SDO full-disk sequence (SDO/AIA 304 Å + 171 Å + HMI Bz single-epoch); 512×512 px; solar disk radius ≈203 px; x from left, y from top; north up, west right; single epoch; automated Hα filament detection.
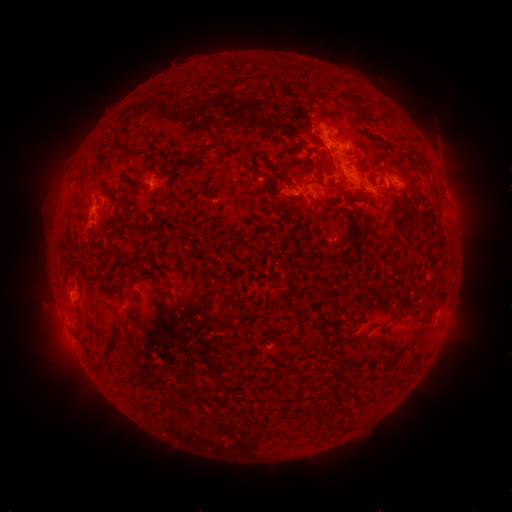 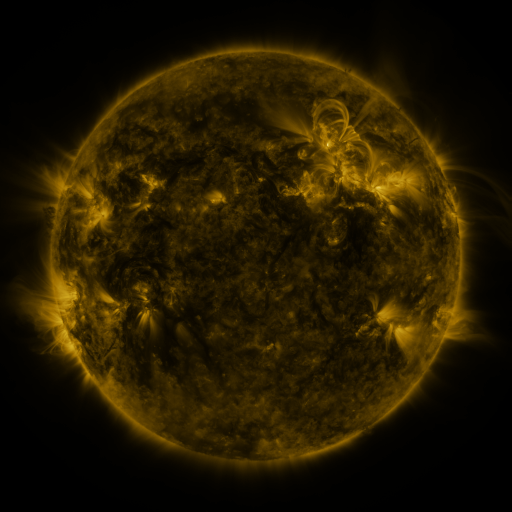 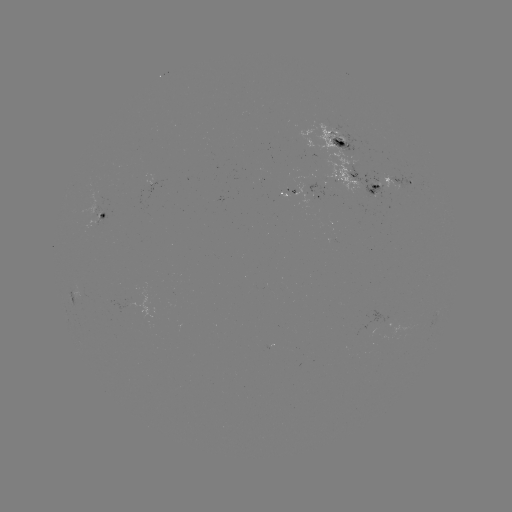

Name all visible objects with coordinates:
filament: (355, 102)
filament: (410, 144)
filament: (204, 152)
filament: (245, 152)
filament: (280, 167)
filament: (322, 179)
filament: (376, 188)
filament: (312, 197)
filament: (279, 210)
filament: (173, 239)
filament: (128, 268)
filament: (407, 313)
filament: (109, 347)
